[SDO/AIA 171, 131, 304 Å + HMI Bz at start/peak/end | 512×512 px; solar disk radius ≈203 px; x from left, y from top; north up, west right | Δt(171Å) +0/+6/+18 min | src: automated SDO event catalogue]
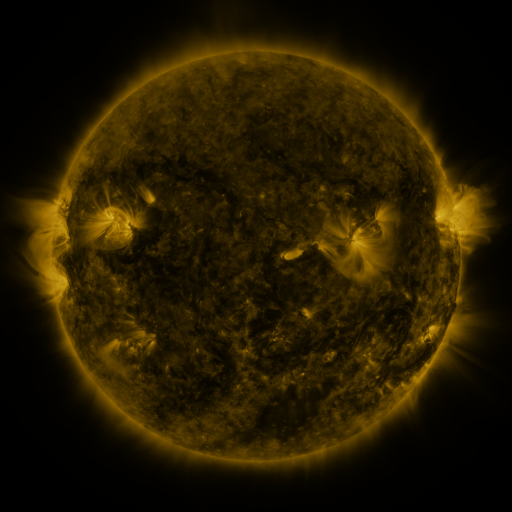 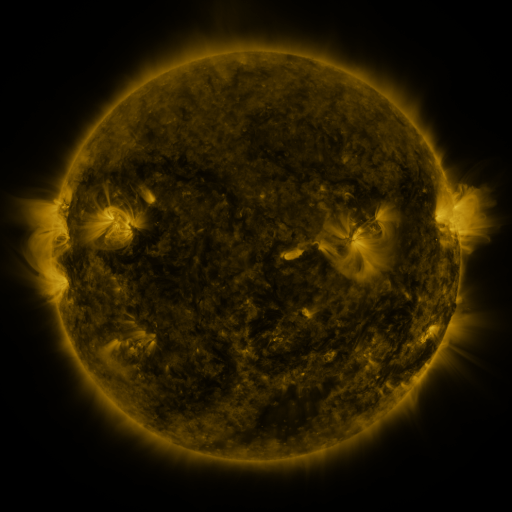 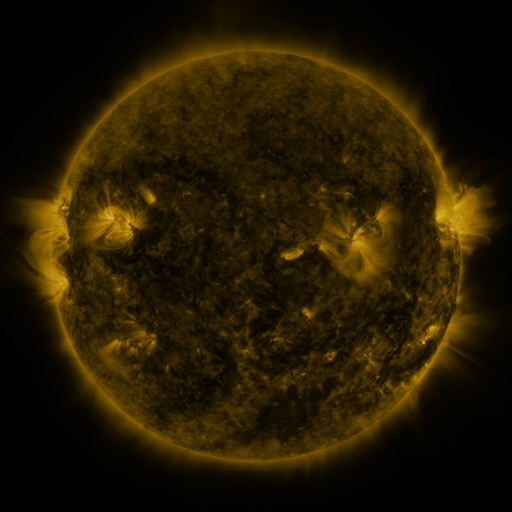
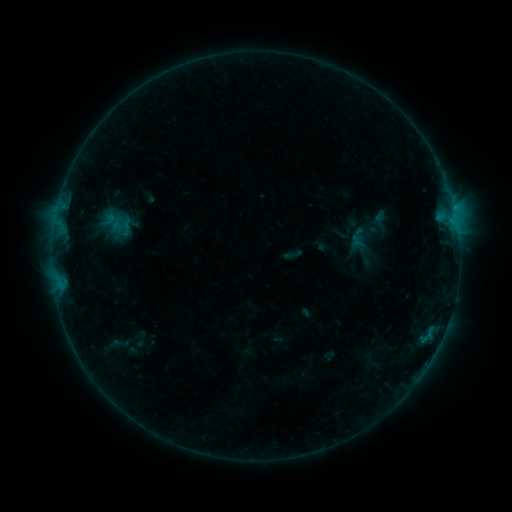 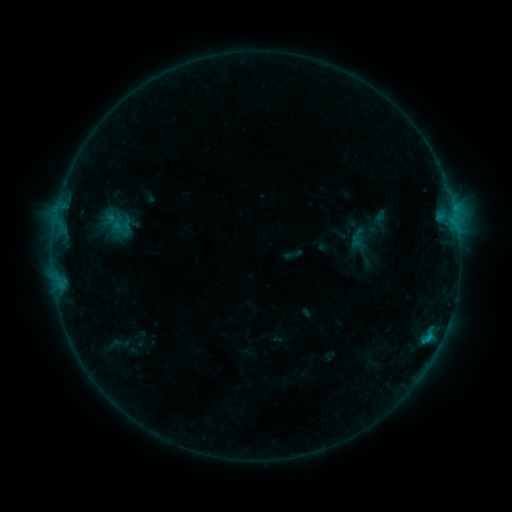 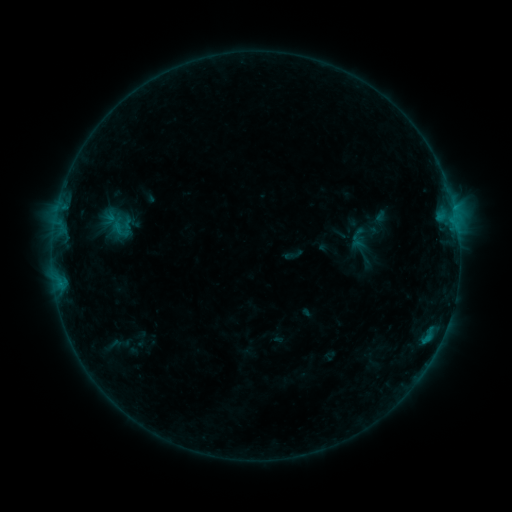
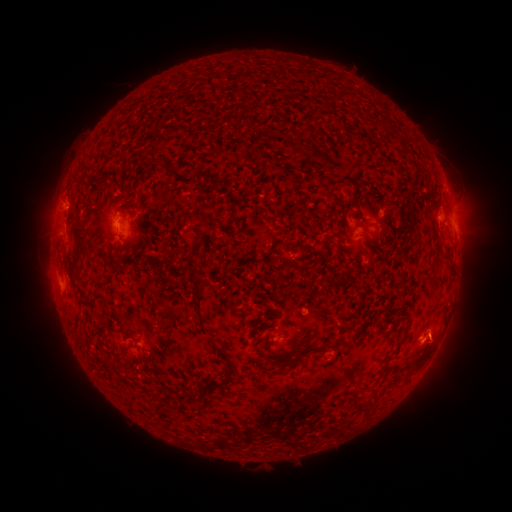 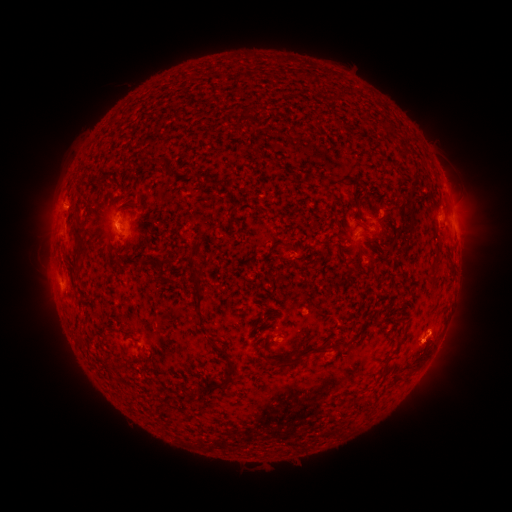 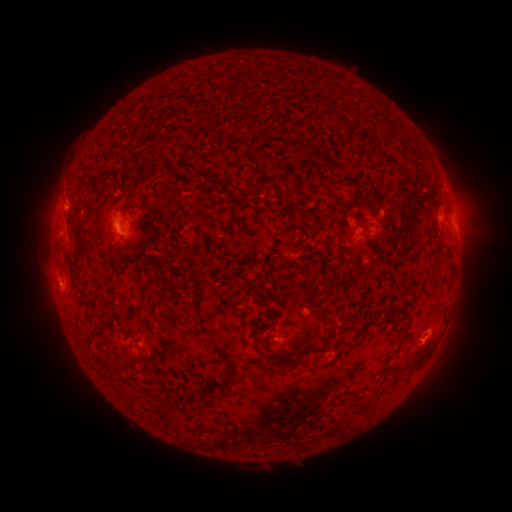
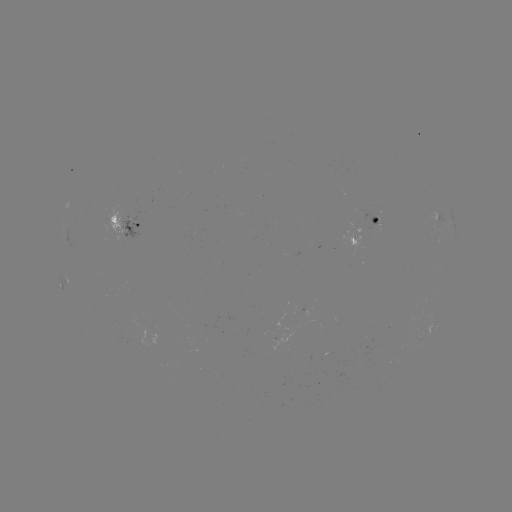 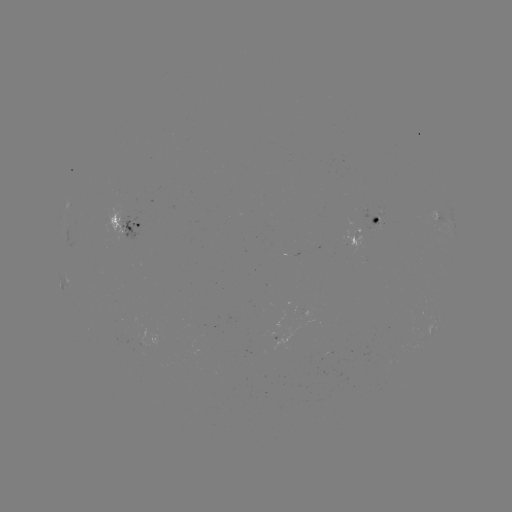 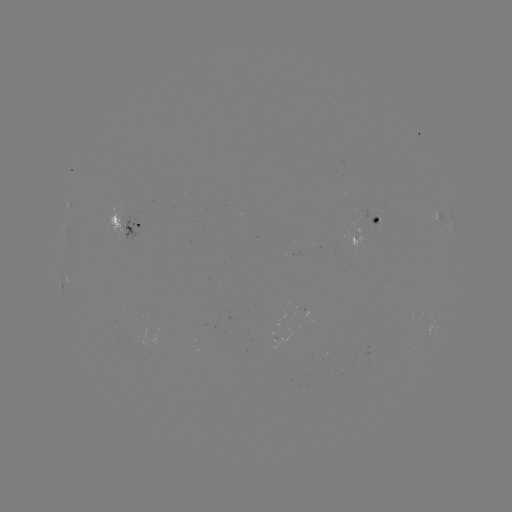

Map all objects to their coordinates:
B6.1 flare: (429, 334)
